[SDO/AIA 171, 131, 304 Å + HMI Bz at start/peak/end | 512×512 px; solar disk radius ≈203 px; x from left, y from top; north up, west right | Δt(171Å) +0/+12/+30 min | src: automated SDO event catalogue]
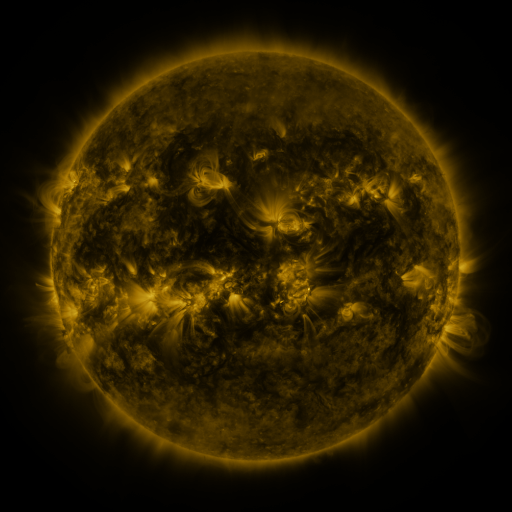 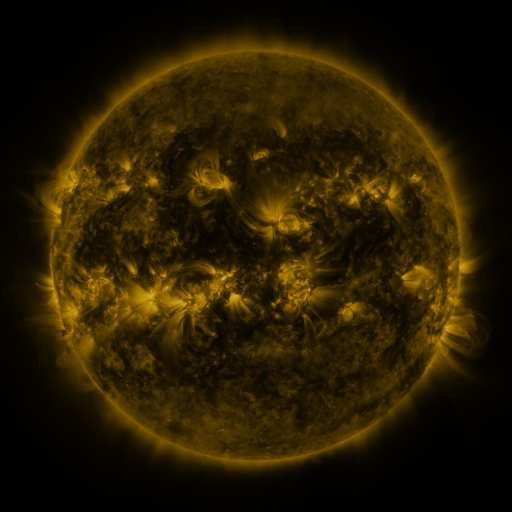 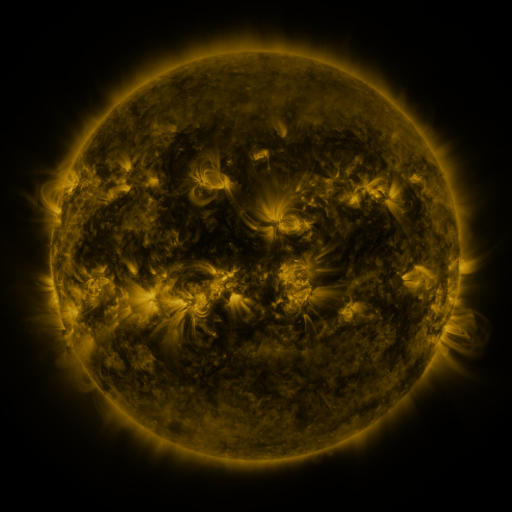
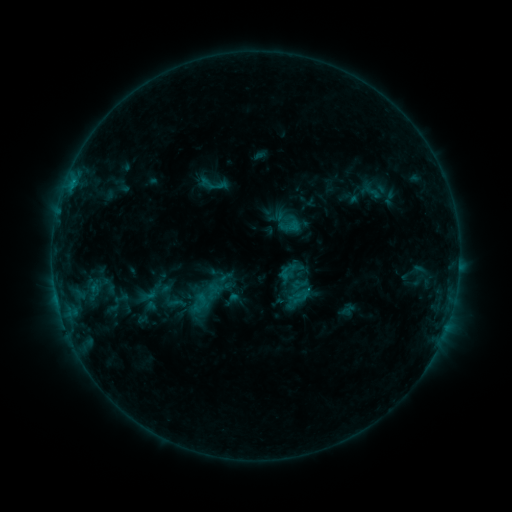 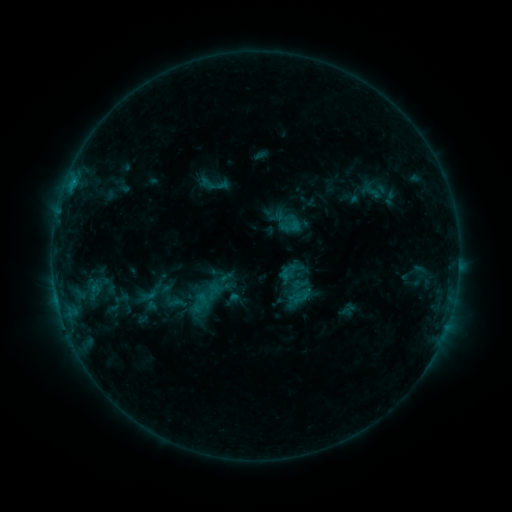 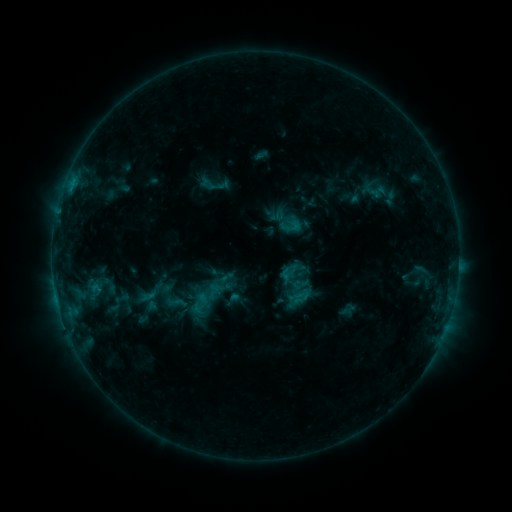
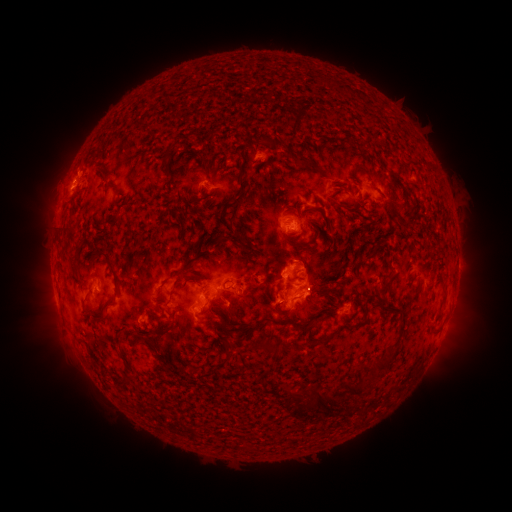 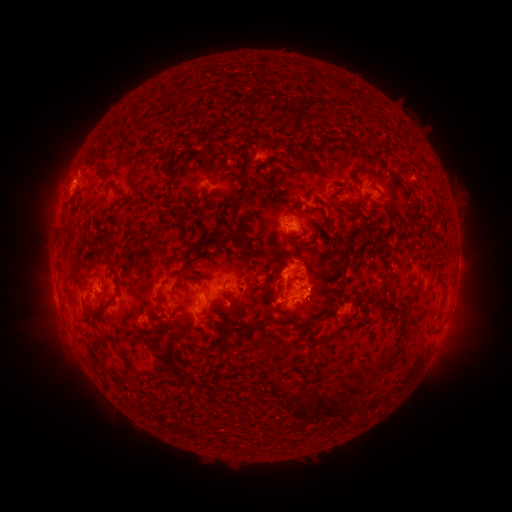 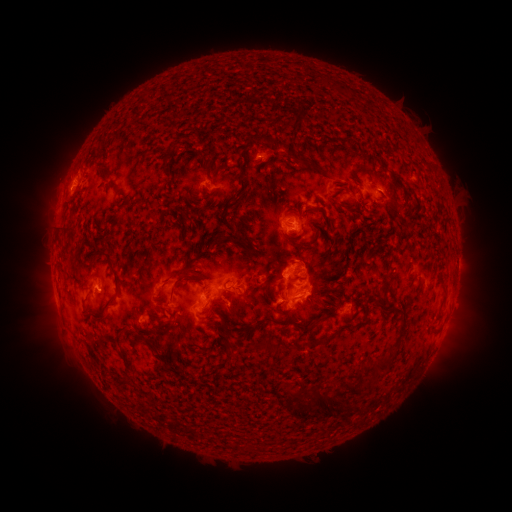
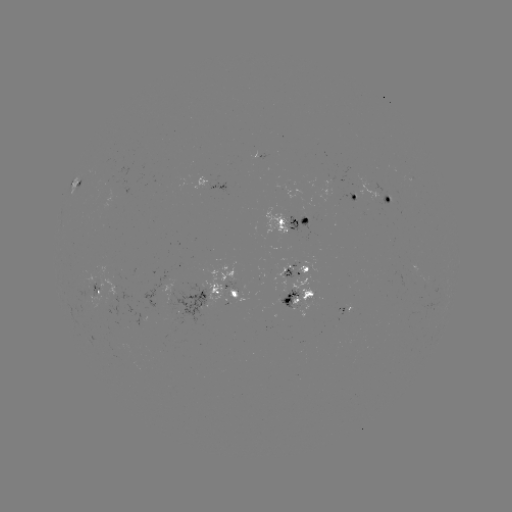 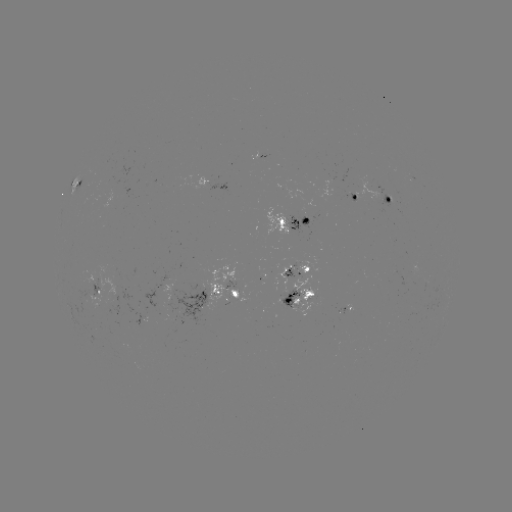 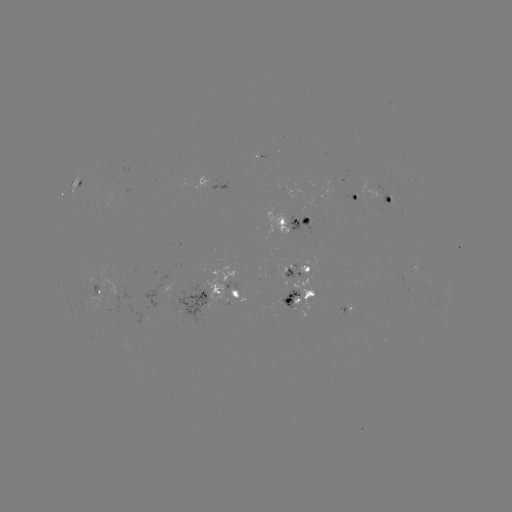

no catalogued flare and no flagged EUV brightening in this window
